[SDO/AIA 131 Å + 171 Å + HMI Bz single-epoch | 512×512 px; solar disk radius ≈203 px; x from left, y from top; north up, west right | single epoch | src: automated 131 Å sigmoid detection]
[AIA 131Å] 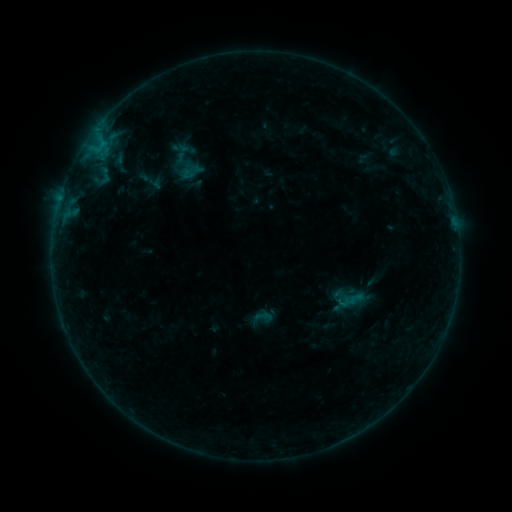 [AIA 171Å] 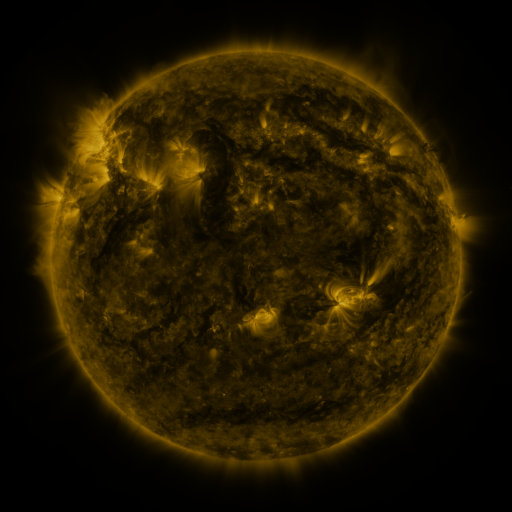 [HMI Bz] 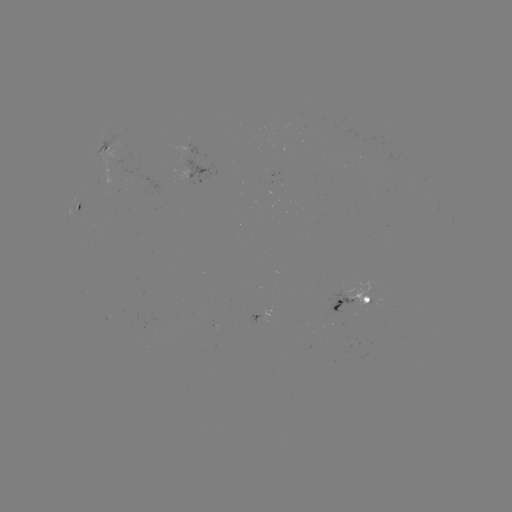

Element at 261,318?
sigmoid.